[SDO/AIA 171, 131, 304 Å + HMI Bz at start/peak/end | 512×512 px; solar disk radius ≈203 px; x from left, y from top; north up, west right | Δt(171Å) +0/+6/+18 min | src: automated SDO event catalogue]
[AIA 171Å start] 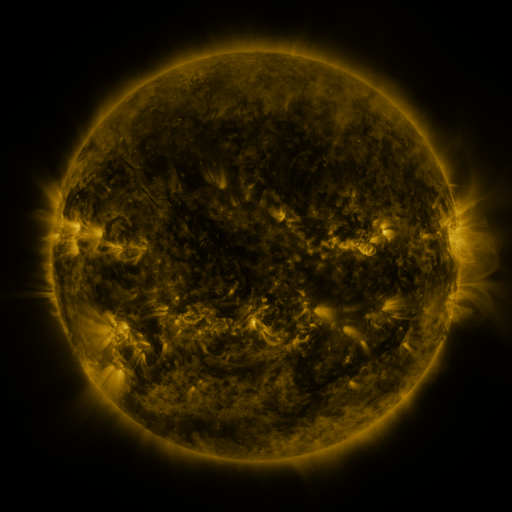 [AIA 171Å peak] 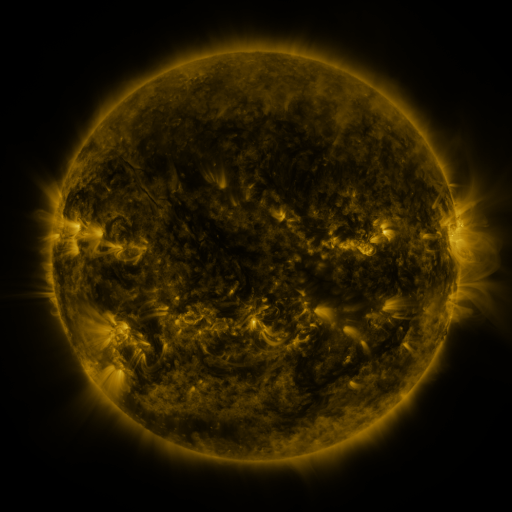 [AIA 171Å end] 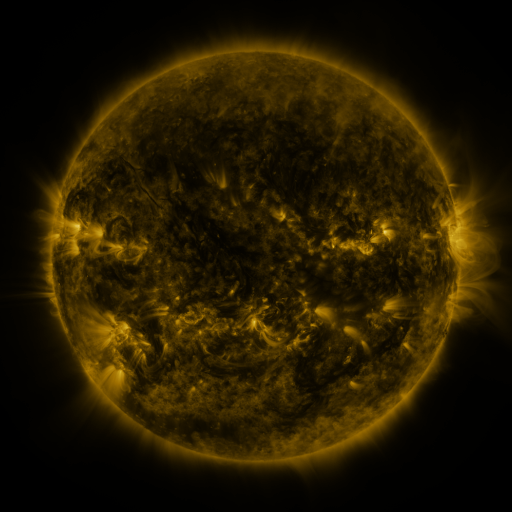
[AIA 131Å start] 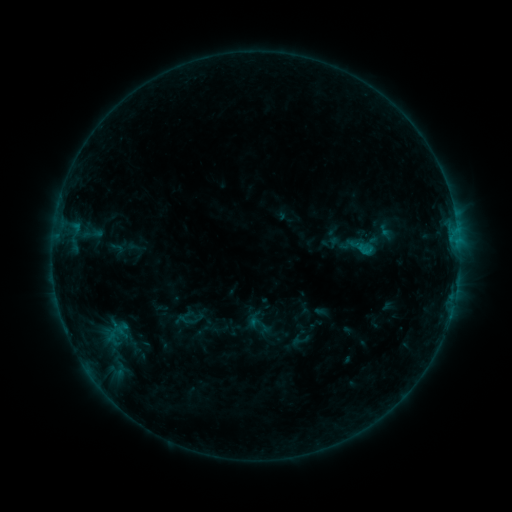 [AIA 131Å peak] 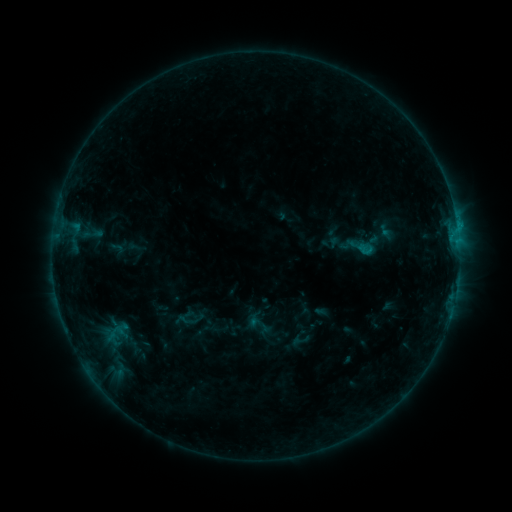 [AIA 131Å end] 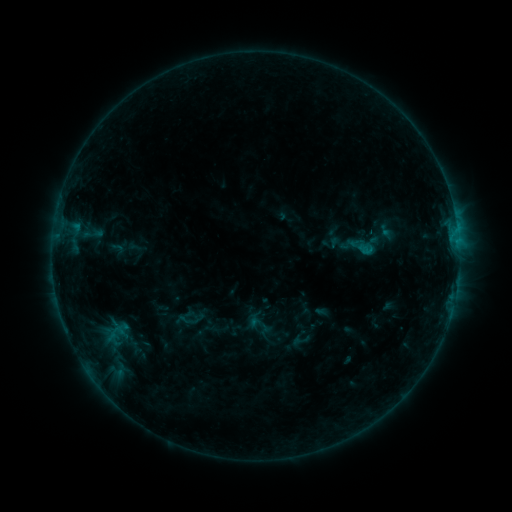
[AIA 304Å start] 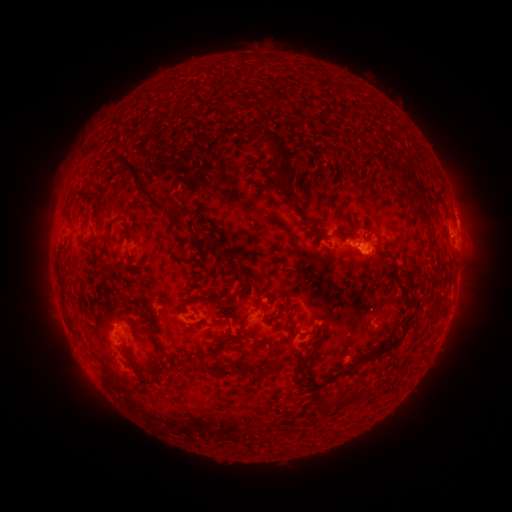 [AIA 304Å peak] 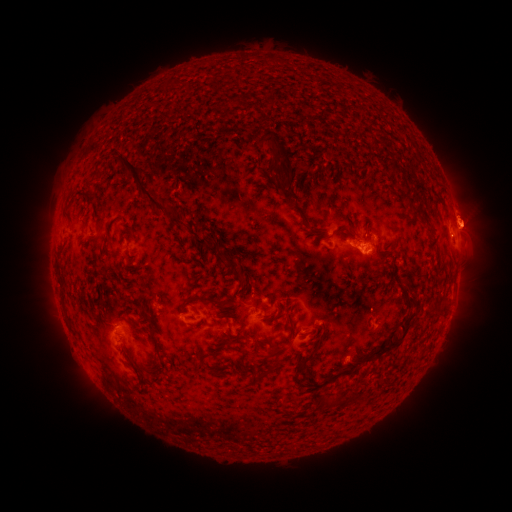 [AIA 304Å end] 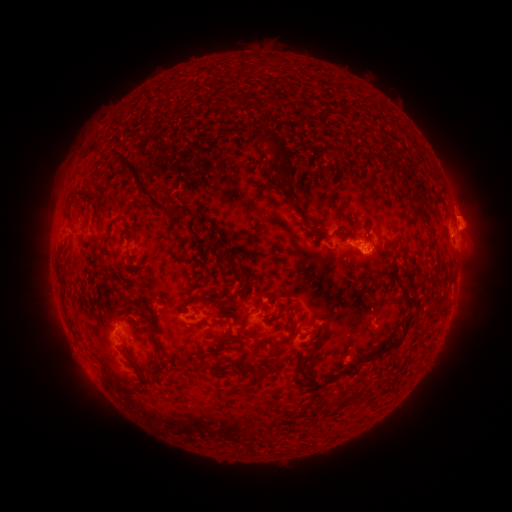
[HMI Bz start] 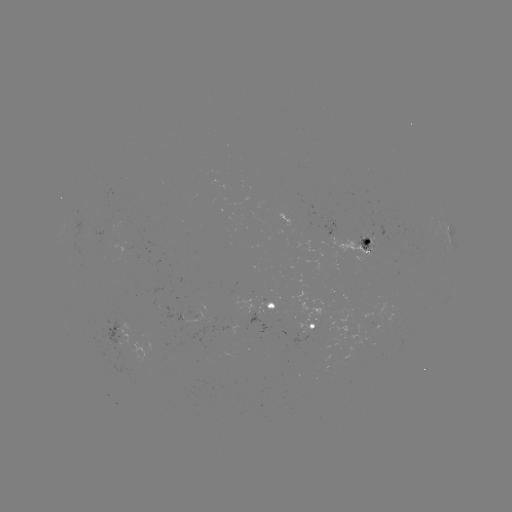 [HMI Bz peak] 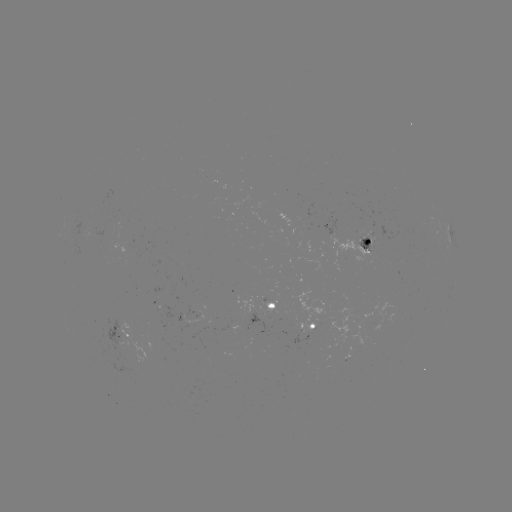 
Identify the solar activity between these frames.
eruption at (470, 220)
